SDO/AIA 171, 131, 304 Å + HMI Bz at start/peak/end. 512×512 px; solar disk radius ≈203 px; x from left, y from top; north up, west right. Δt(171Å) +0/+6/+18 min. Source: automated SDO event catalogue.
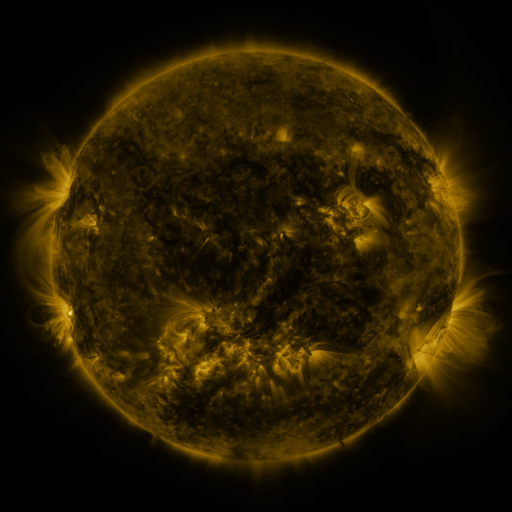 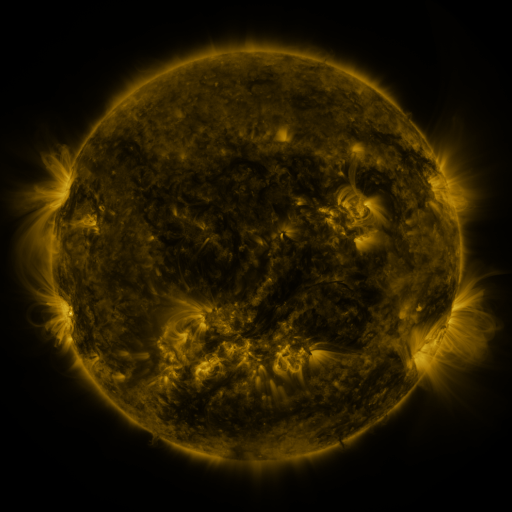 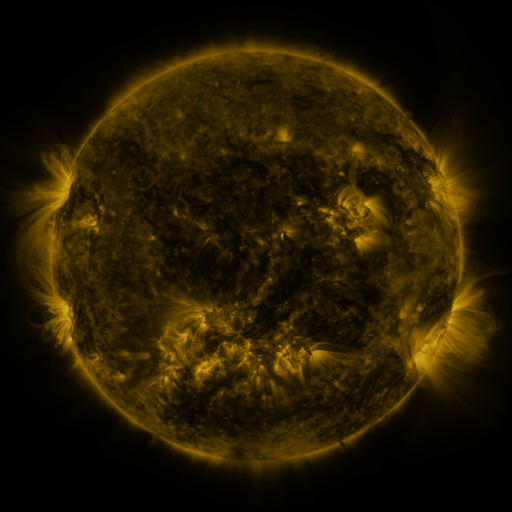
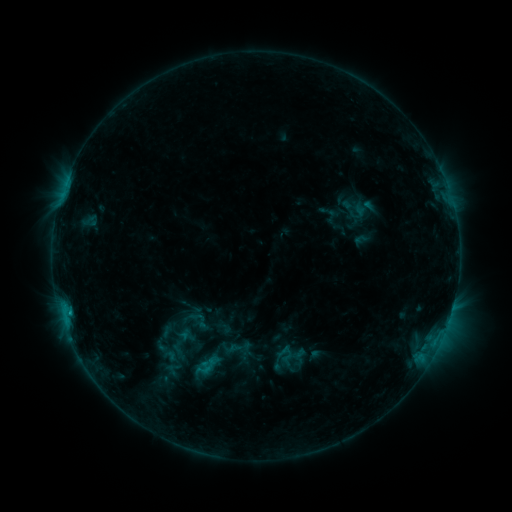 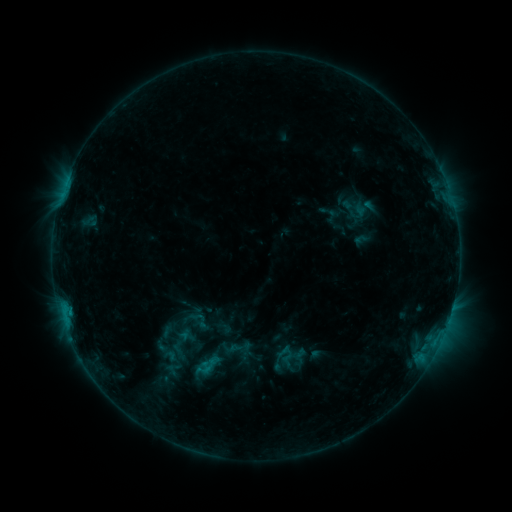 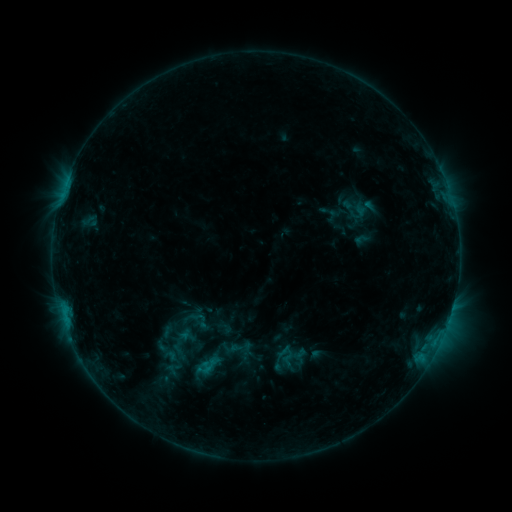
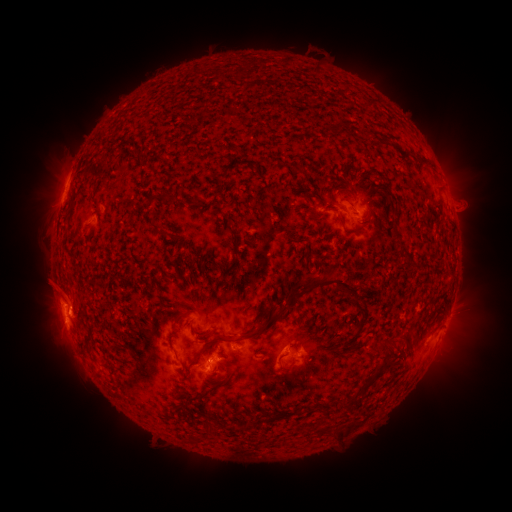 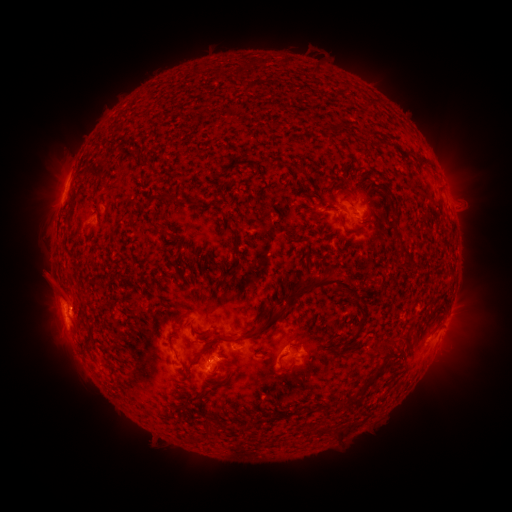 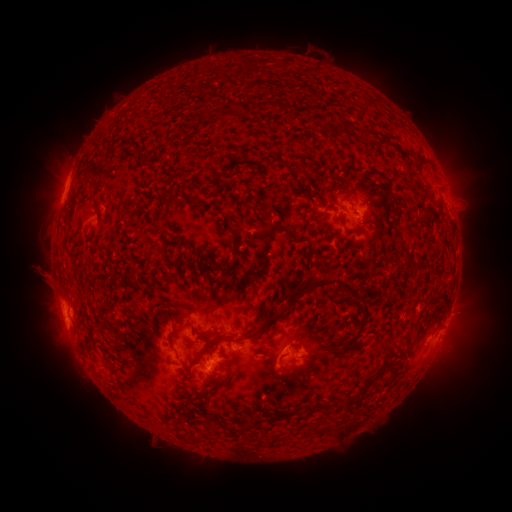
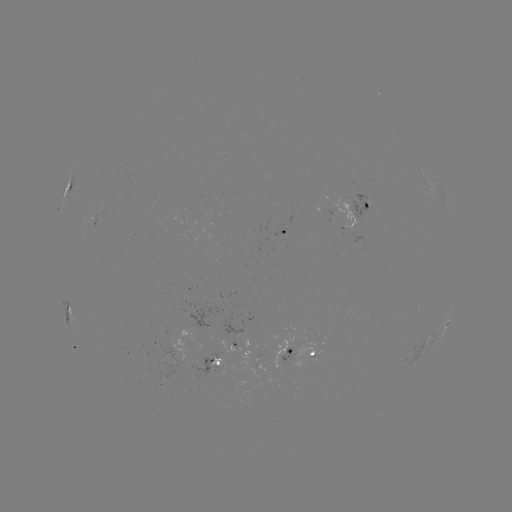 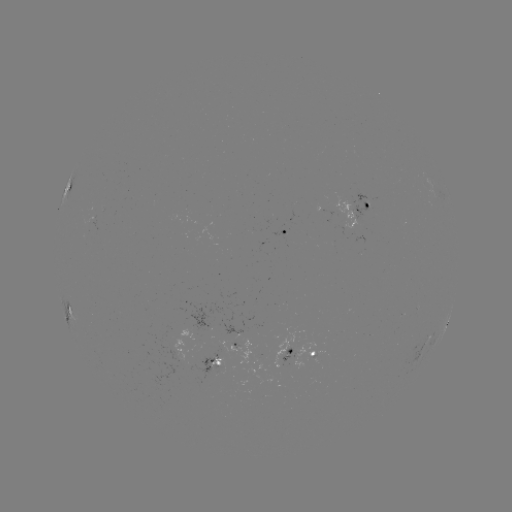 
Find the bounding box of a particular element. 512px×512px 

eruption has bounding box [23, 255, 63, 299].